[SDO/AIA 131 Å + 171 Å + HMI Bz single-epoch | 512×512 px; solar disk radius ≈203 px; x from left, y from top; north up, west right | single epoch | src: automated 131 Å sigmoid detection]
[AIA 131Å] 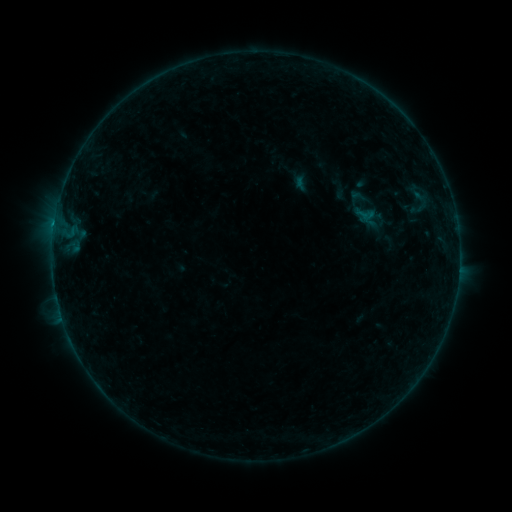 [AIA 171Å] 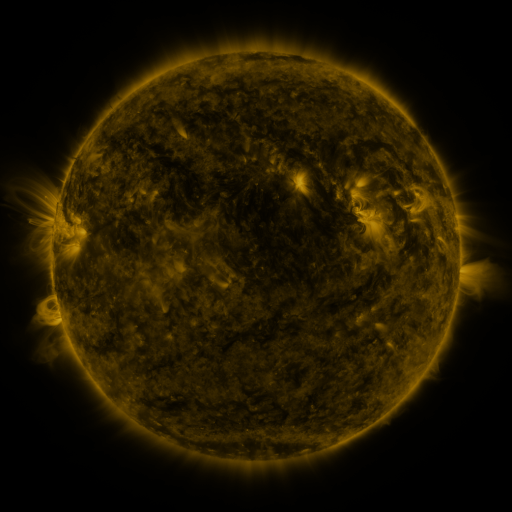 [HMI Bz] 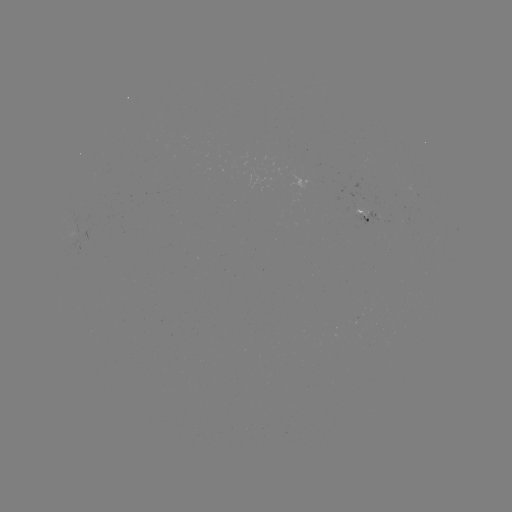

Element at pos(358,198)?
sigmoid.